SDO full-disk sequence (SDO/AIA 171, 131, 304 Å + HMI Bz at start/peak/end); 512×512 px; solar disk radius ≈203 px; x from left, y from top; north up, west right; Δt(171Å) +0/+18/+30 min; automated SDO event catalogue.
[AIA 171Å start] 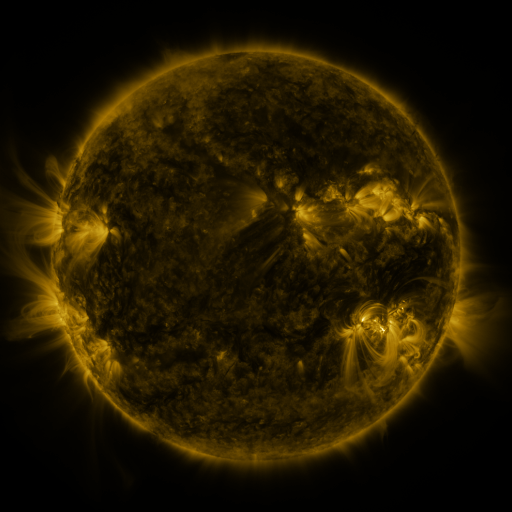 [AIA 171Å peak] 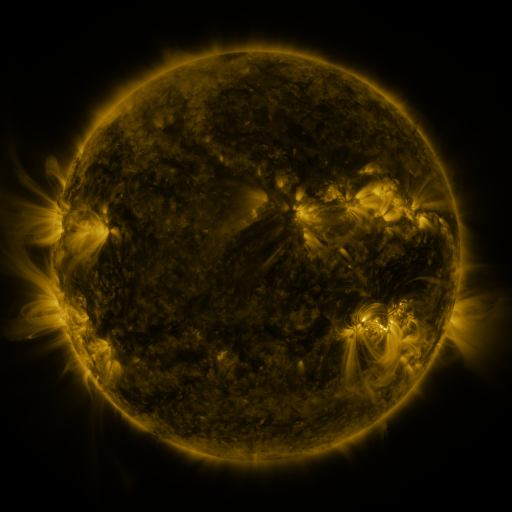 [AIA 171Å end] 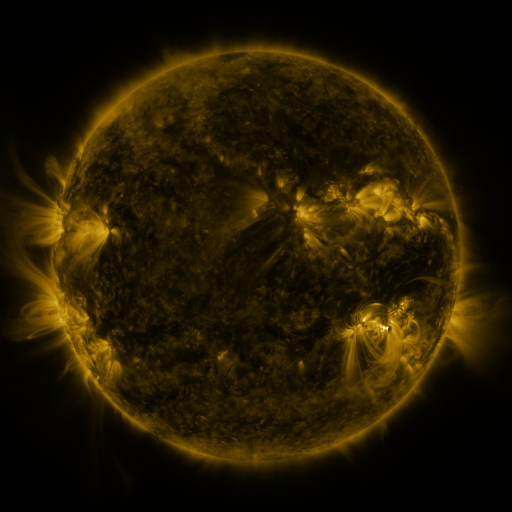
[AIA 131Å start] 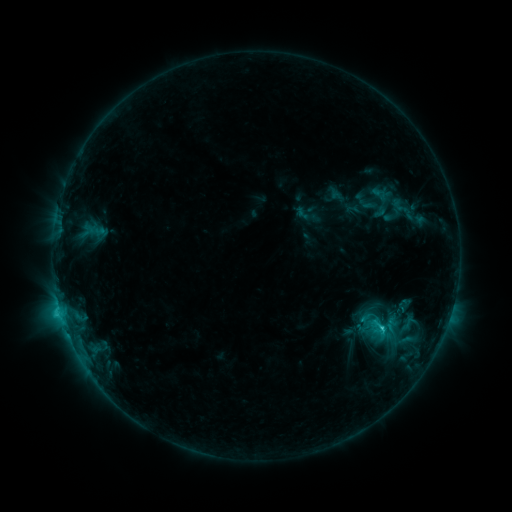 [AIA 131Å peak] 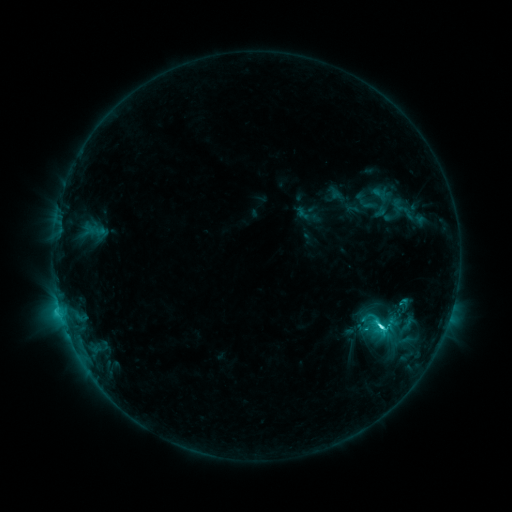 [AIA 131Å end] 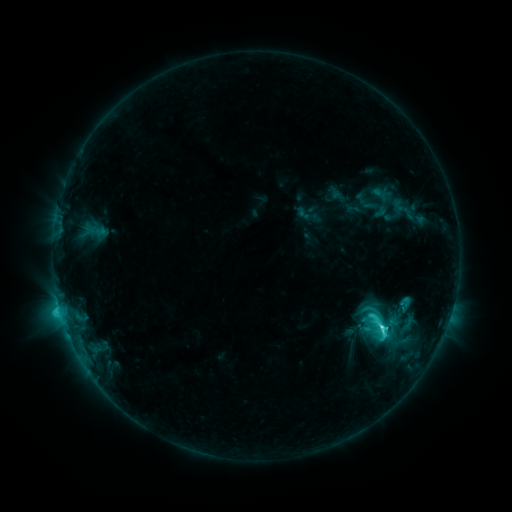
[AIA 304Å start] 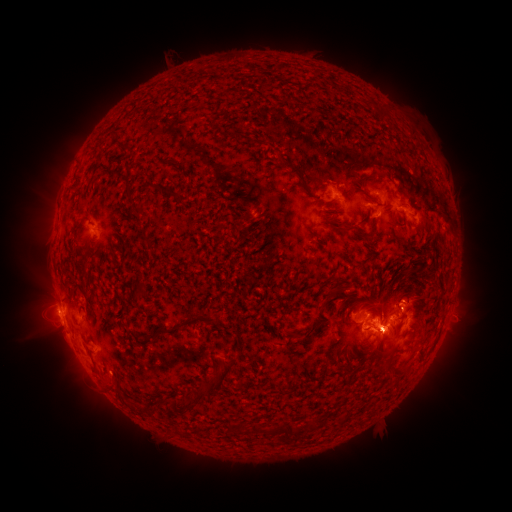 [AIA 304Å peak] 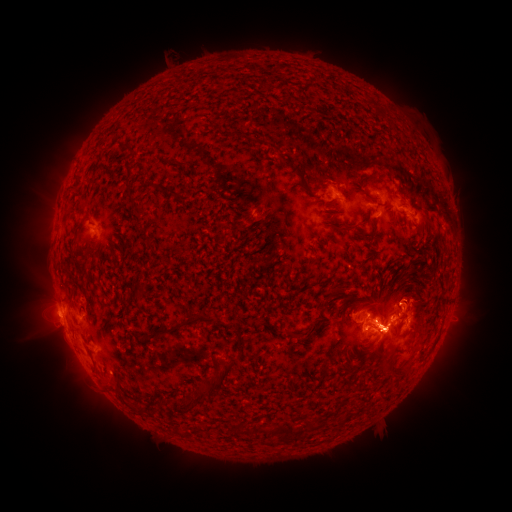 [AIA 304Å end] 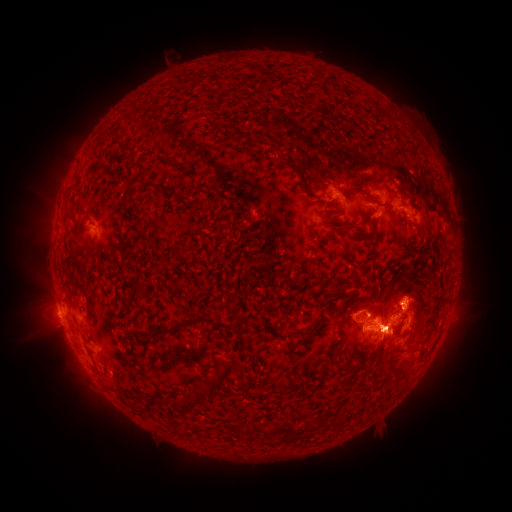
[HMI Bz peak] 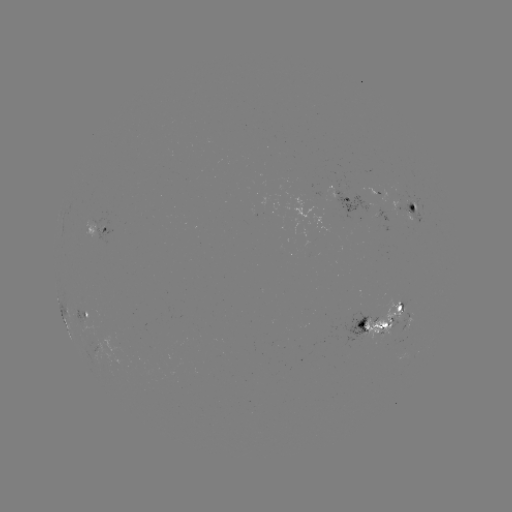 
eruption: [14, 273, 126, 412]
